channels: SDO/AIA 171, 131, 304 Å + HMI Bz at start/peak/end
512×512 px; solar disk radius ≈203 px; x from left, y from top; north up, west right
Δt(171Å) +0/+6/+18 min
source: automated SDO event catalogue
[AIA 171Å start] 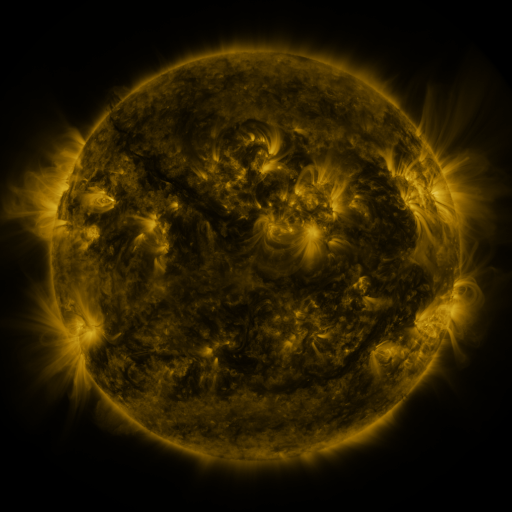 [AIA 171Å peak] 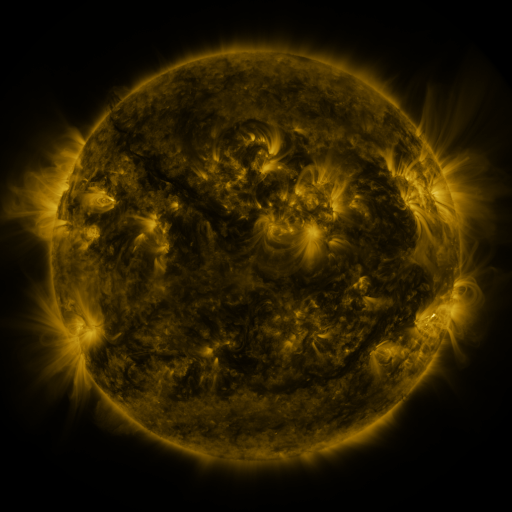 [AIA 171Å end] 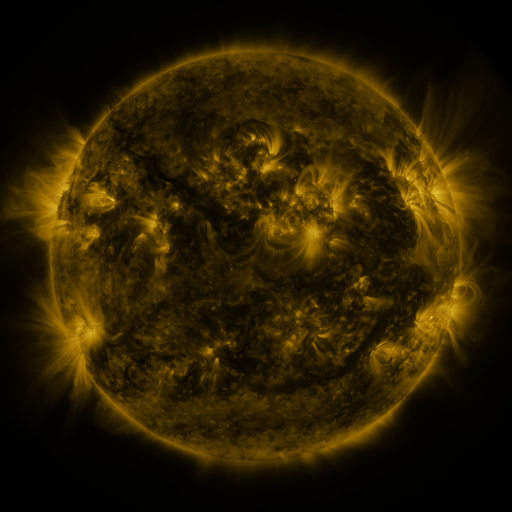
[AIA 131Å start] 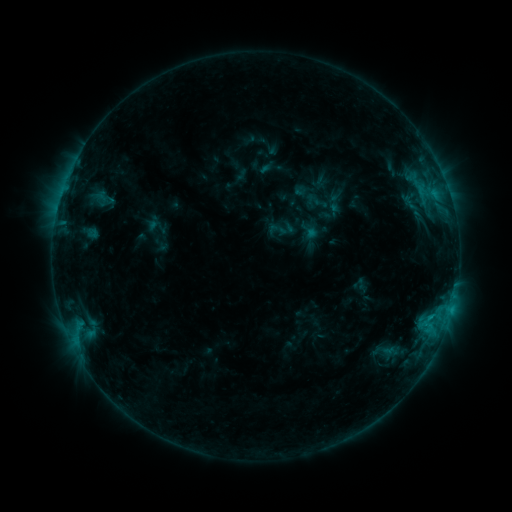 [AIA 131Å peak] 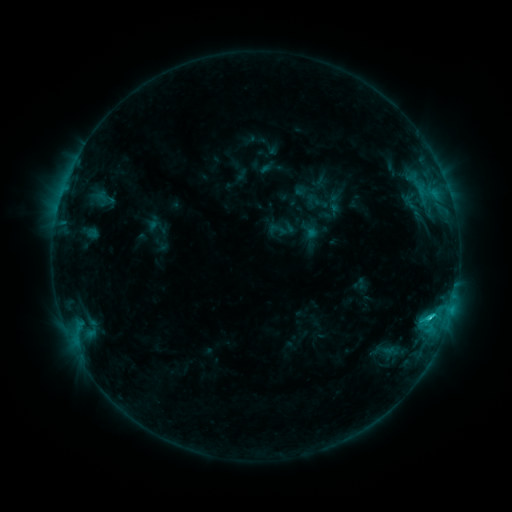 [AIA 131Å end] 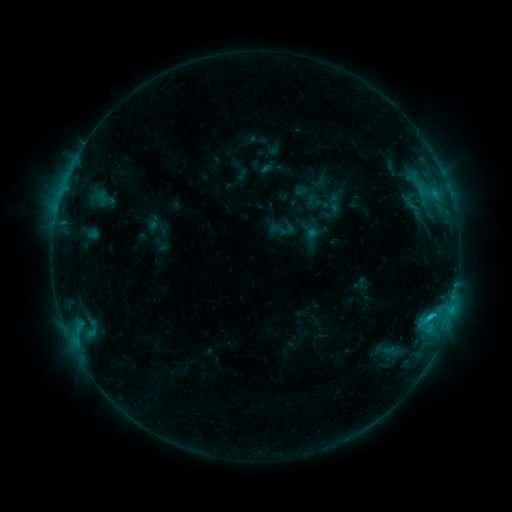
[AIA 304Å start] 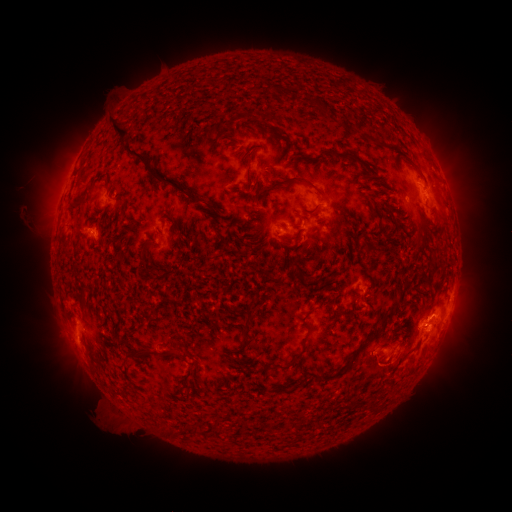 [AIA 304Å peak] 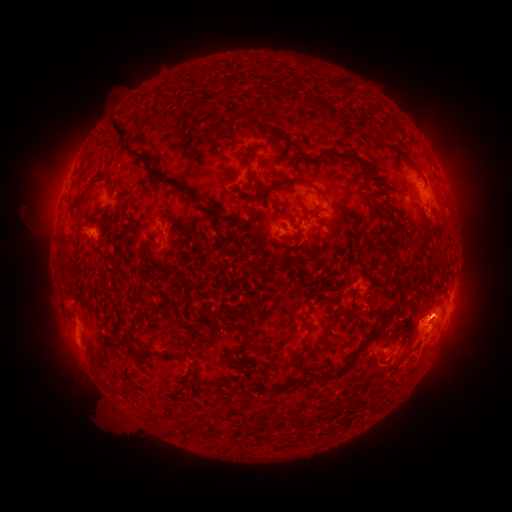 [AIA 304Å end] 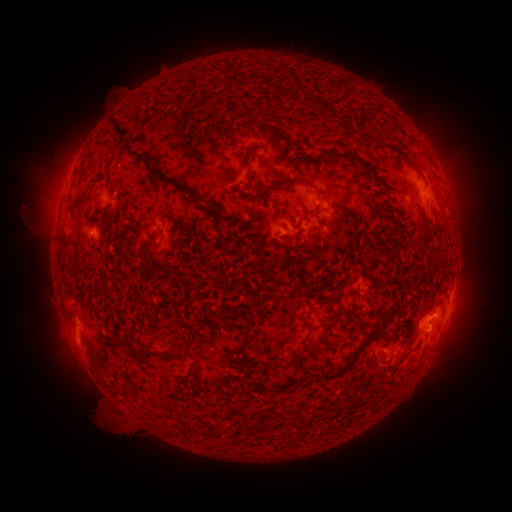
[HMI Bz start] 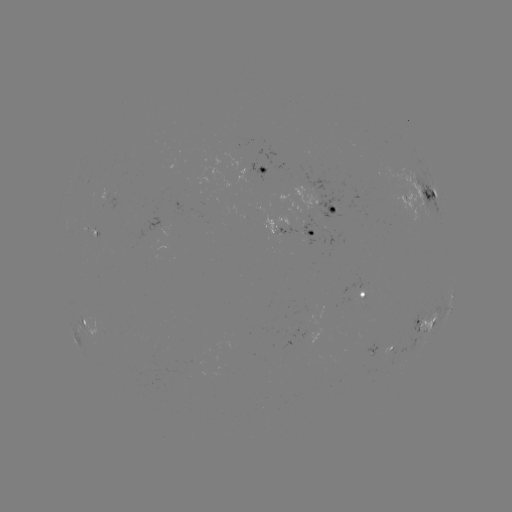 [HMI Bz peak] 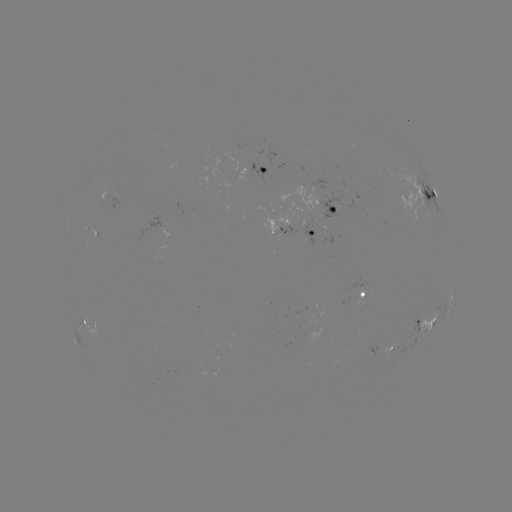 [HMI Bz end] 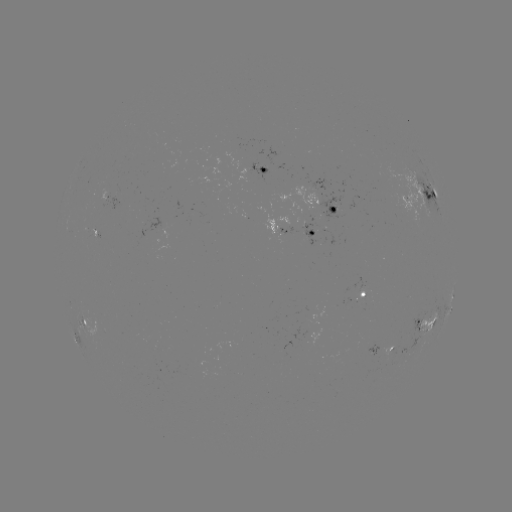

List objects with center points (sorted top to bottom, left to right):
C1.7 flare: (428, 317)
